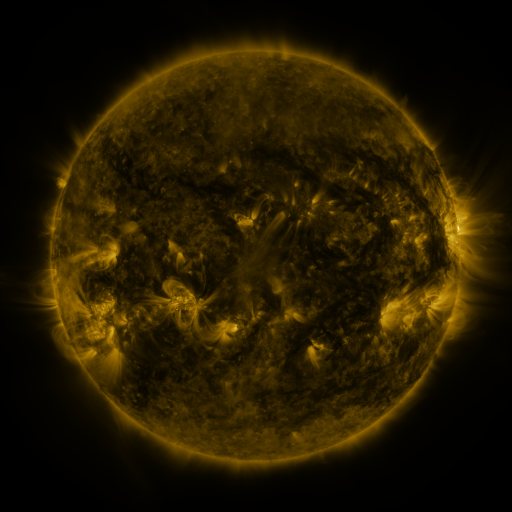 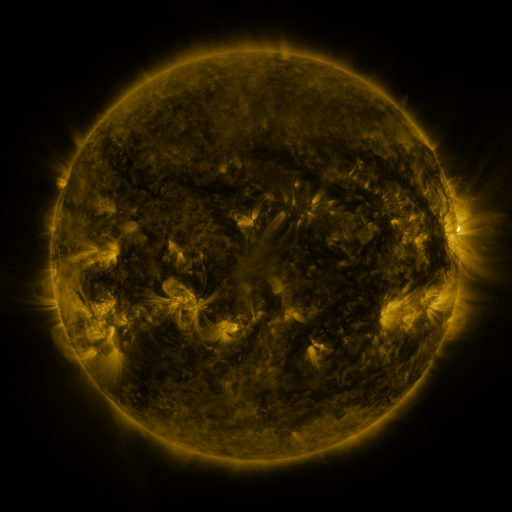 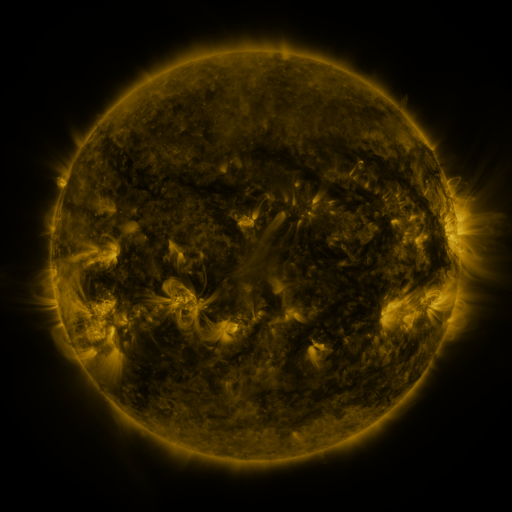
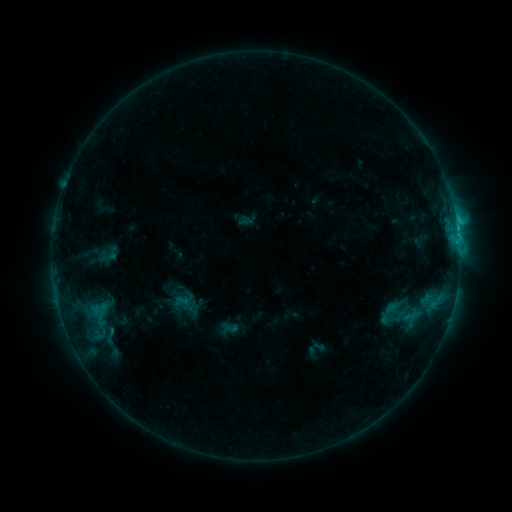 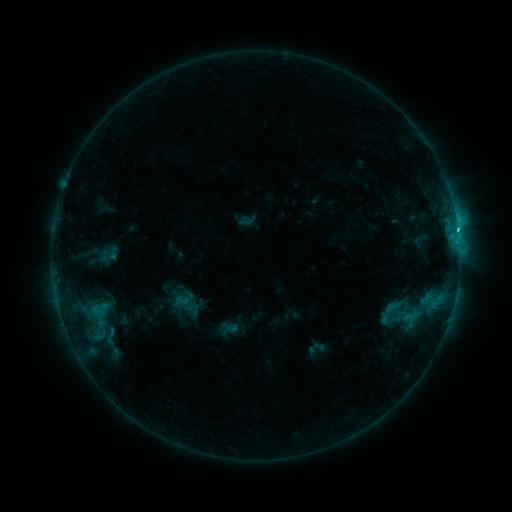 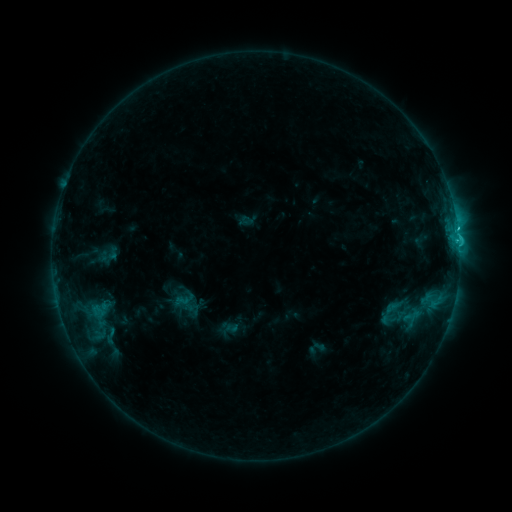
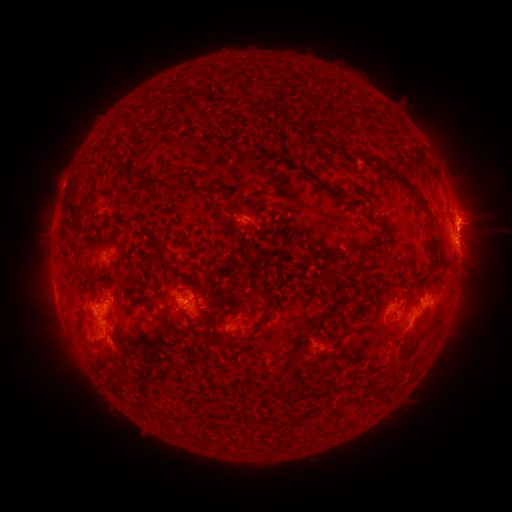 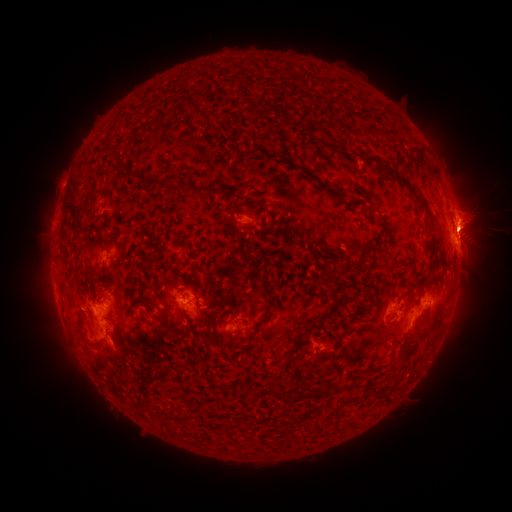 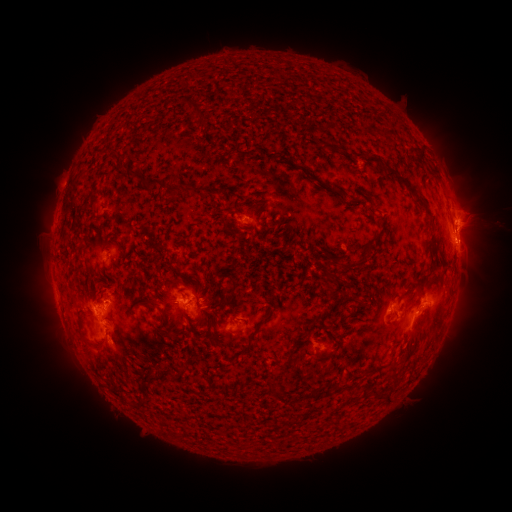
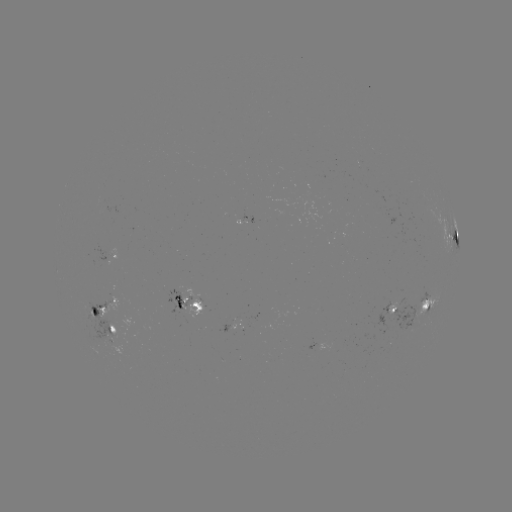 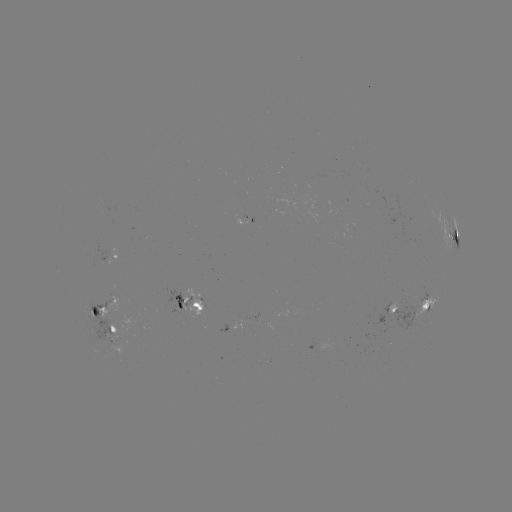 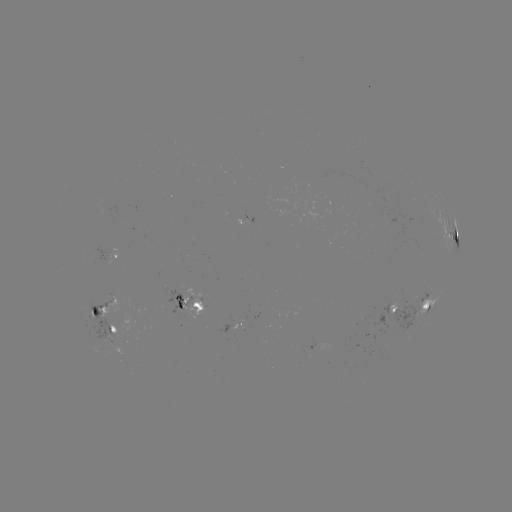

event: flare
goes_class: C2.9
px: (457, 231)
